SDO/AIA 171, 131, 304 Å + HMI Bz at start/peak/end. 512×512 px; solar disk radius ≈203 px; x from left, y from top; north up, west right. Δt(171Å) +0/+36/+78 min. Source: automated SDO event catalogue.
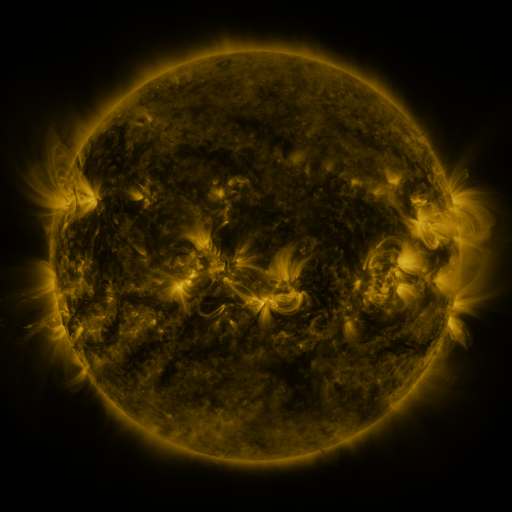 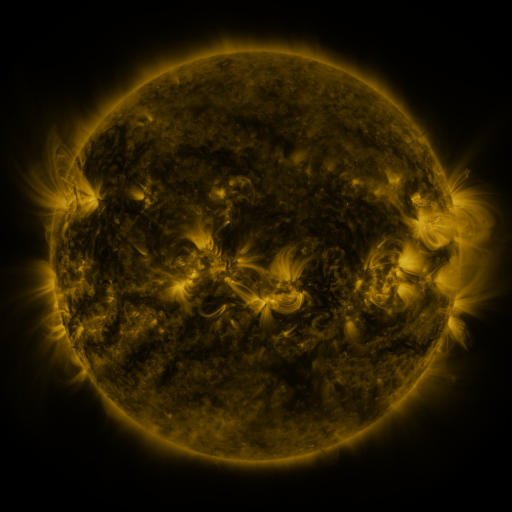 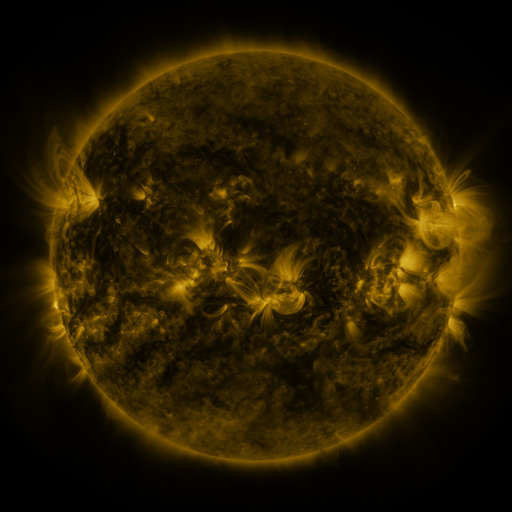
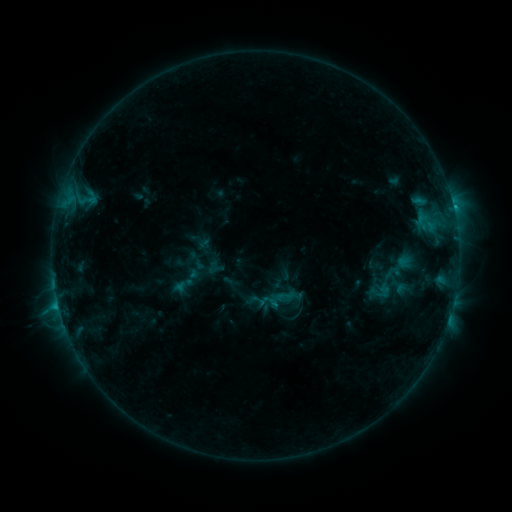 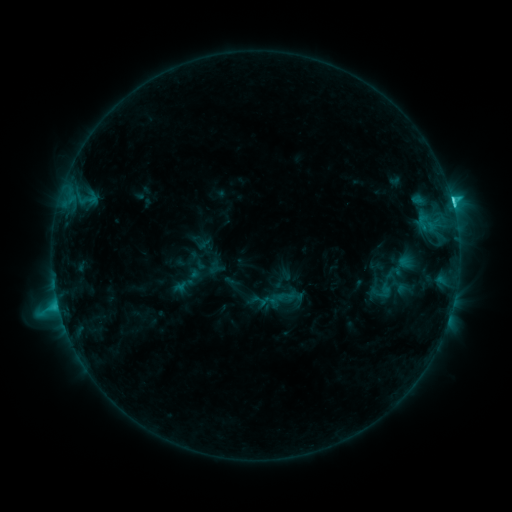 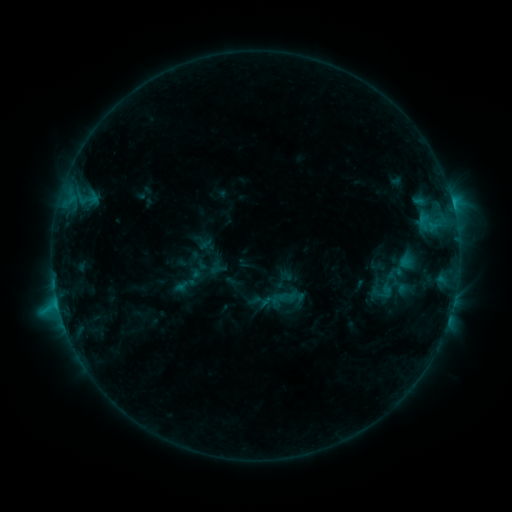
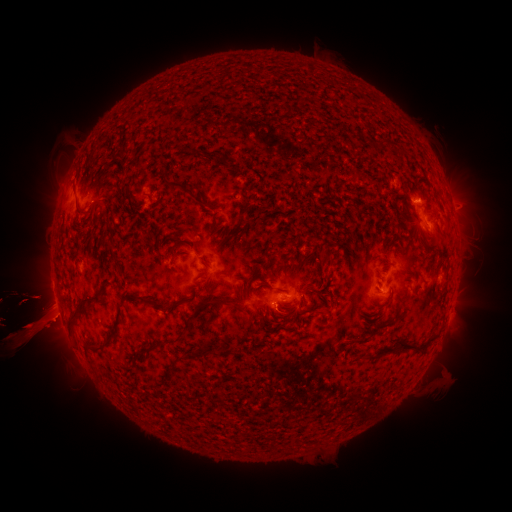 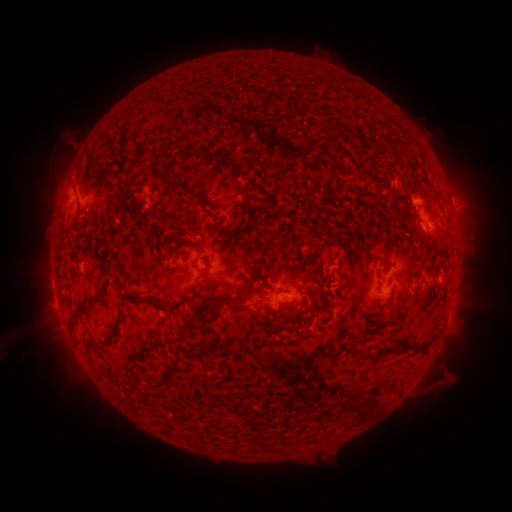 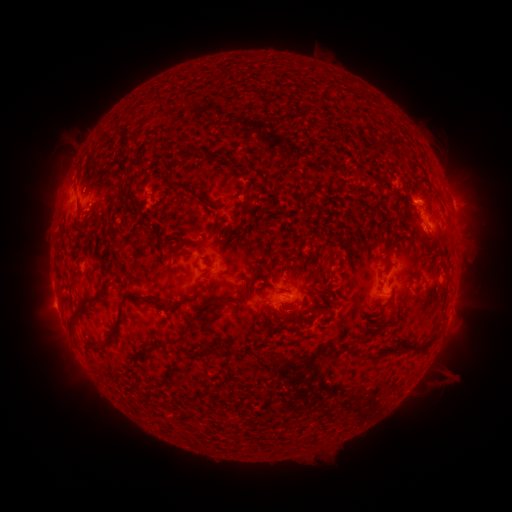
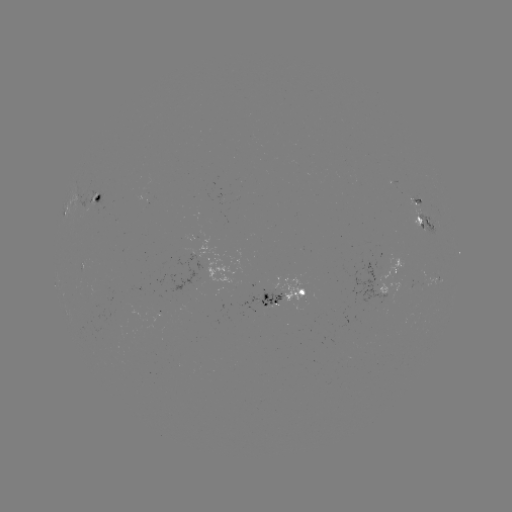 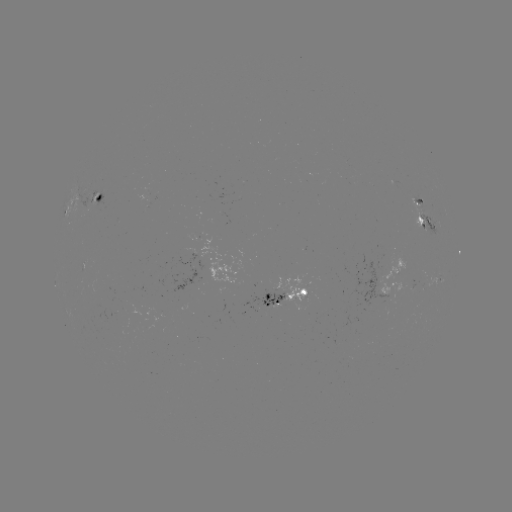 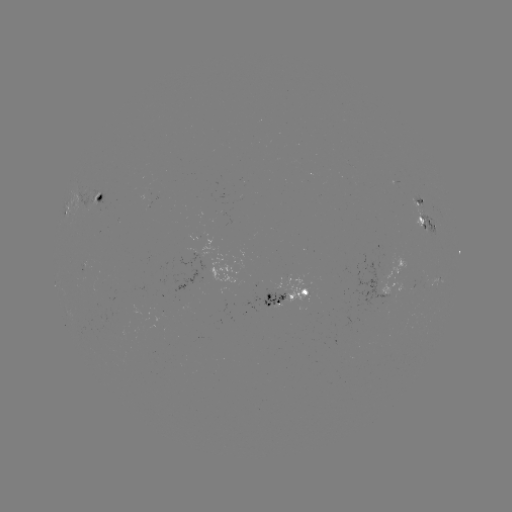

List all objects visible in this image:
C5.0 flare: (451, 202)
